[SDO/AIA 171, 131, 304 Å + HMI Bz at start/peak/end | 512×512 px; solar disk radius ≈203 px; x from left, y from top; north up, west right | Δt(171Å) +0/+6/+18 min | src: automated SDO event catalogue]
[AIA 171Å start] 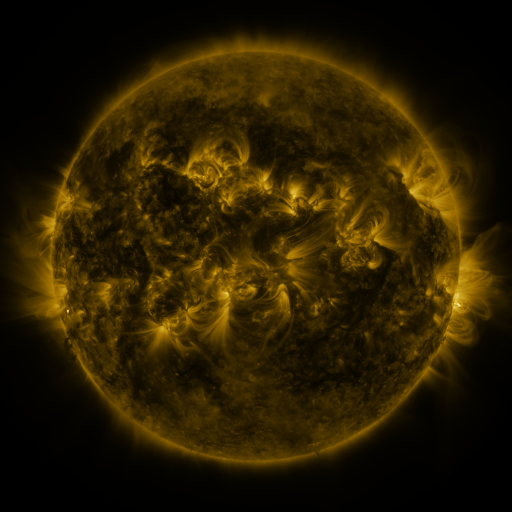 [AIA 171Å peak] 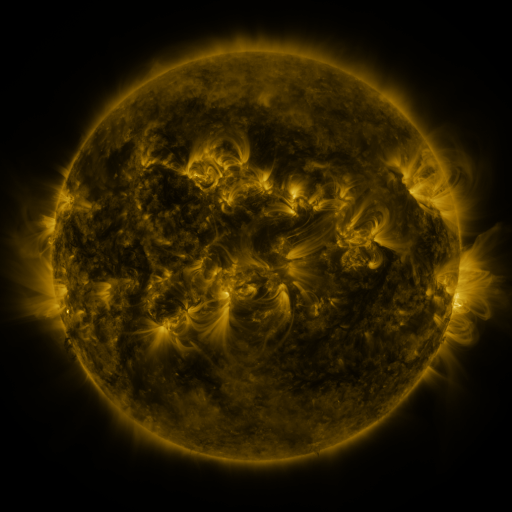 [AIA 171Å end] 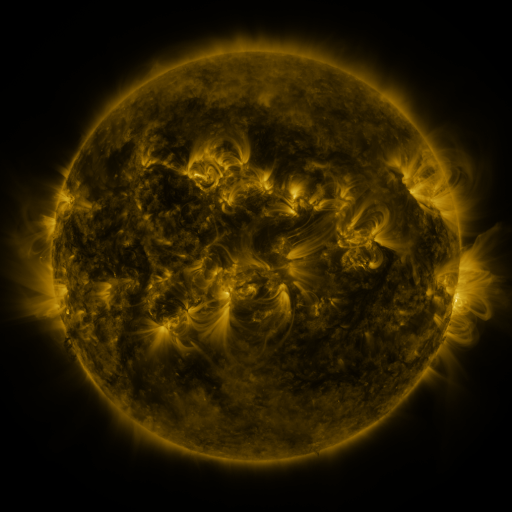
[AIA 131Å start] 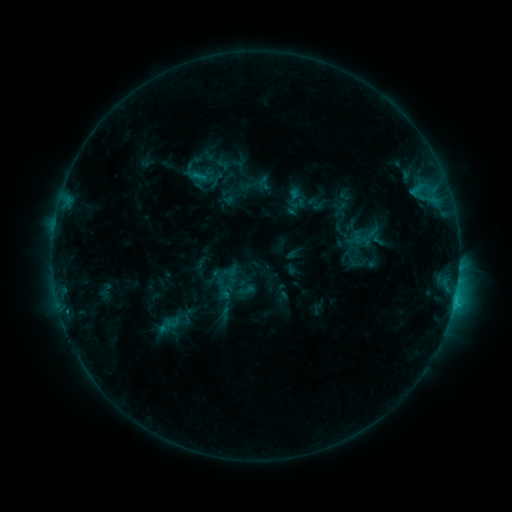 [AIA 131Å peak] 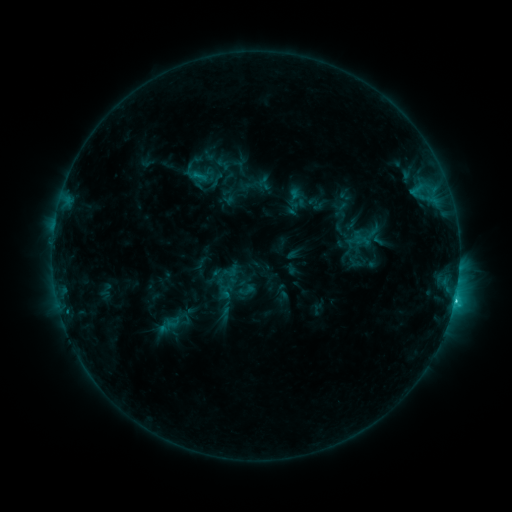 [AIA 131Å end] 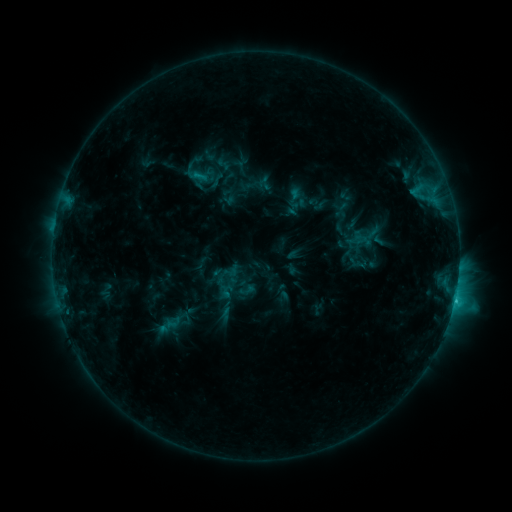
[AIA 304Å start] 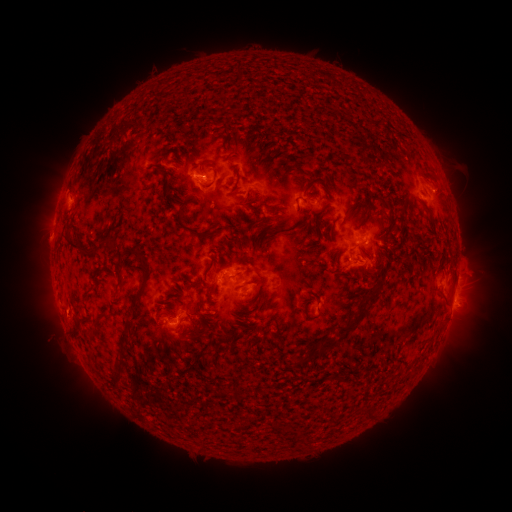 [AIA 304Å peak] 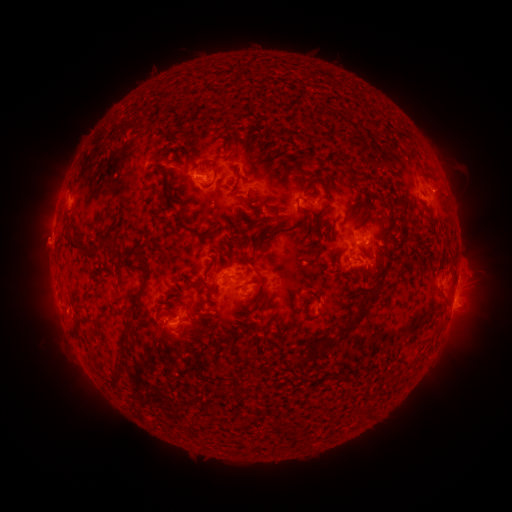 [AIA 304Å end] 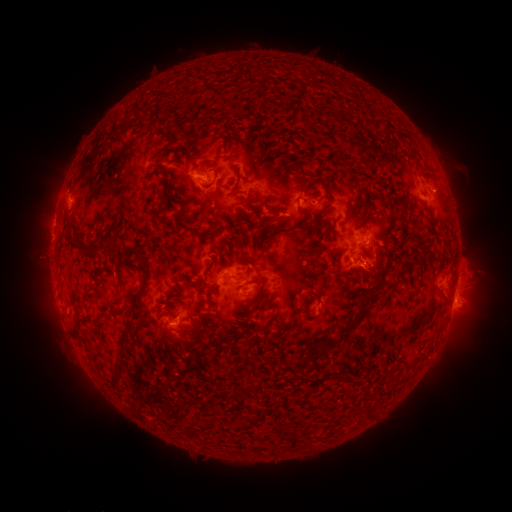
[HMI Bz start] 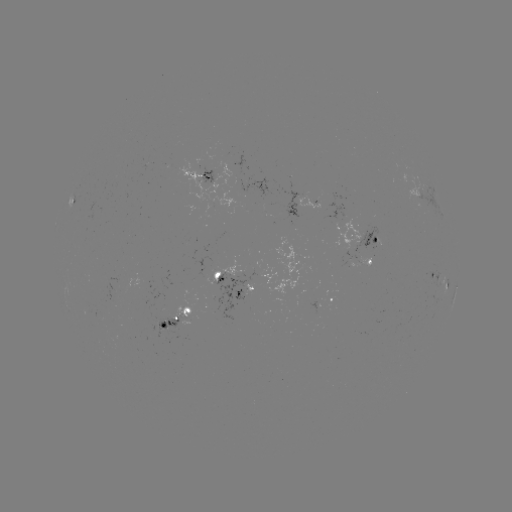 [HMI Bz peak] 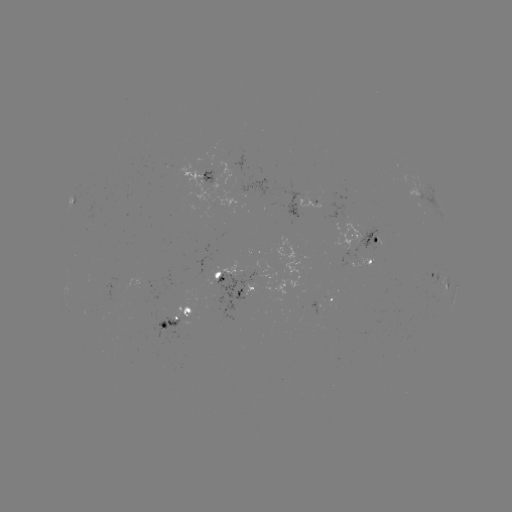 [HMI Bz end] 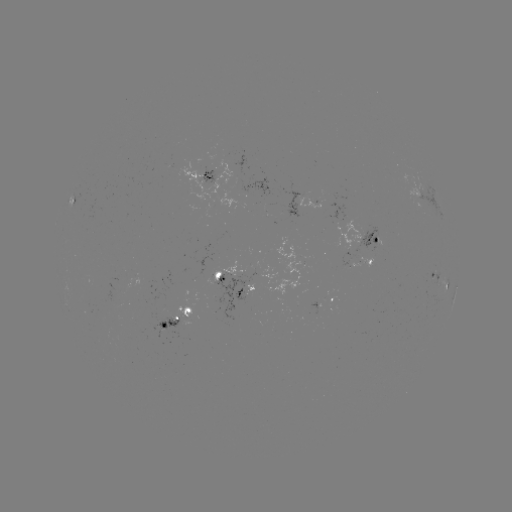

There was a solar flare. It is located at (454, 297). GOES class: C2.1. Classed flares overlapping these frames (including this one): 1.